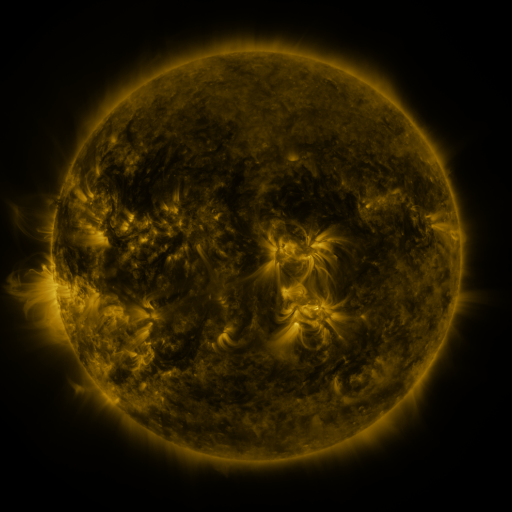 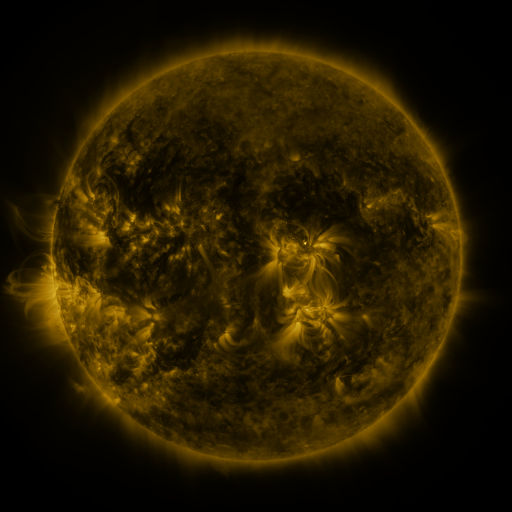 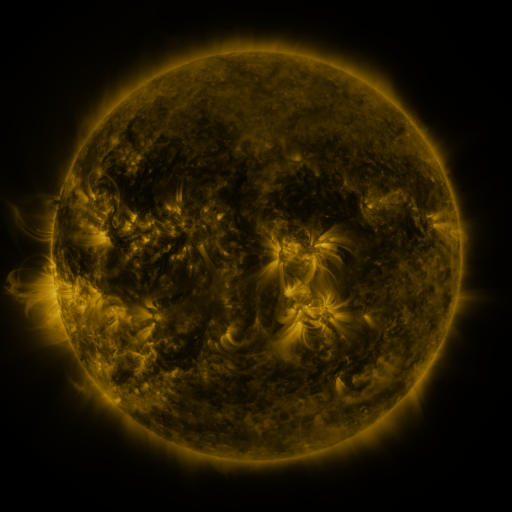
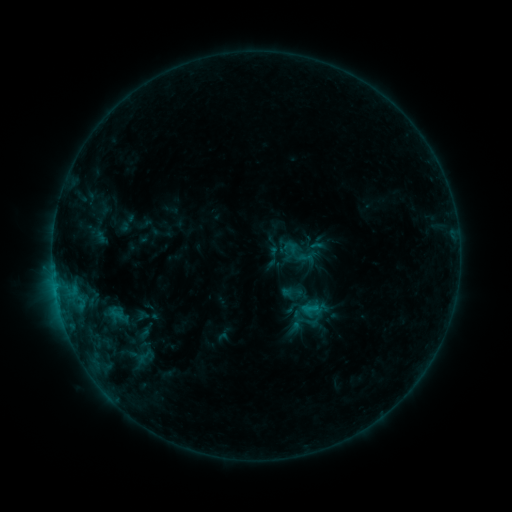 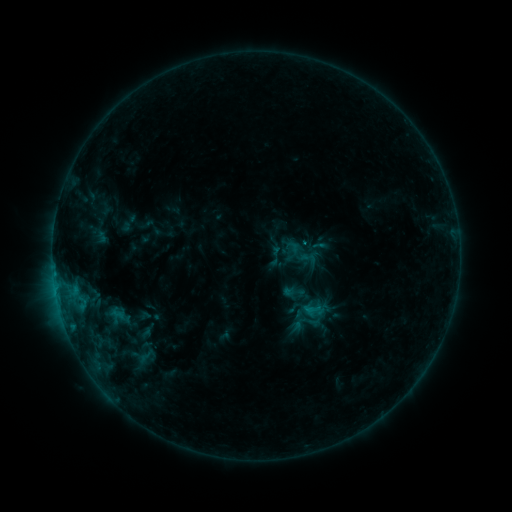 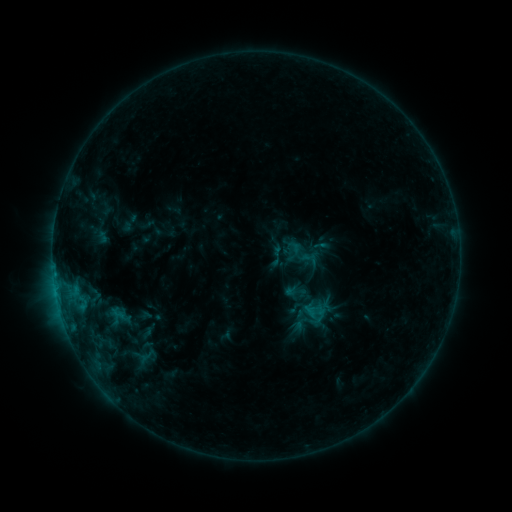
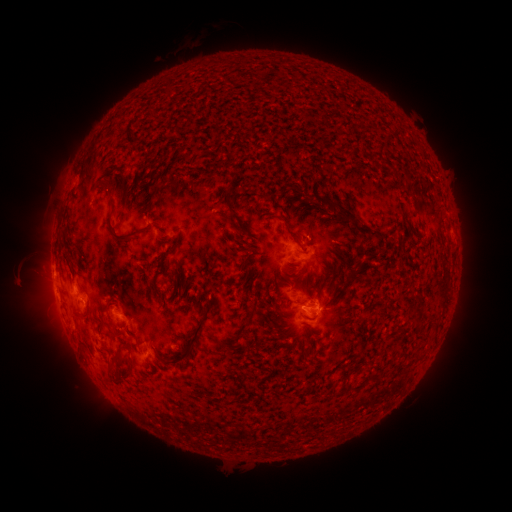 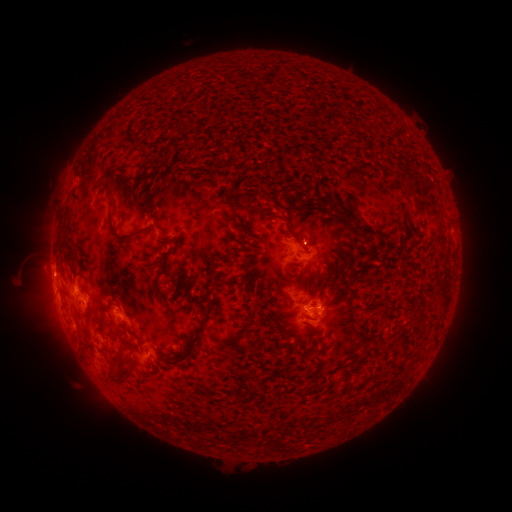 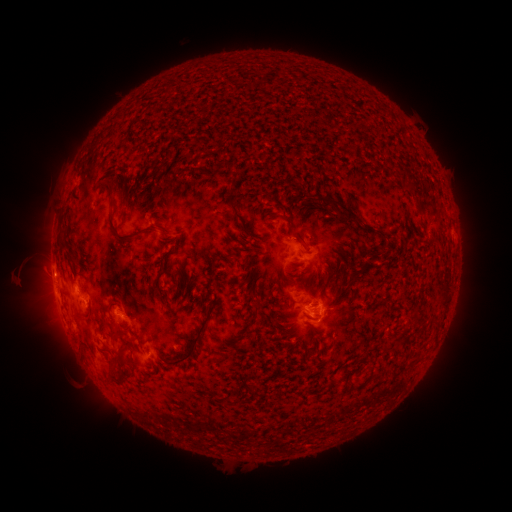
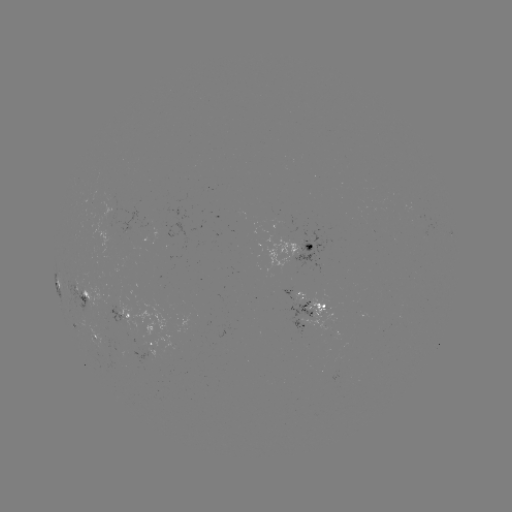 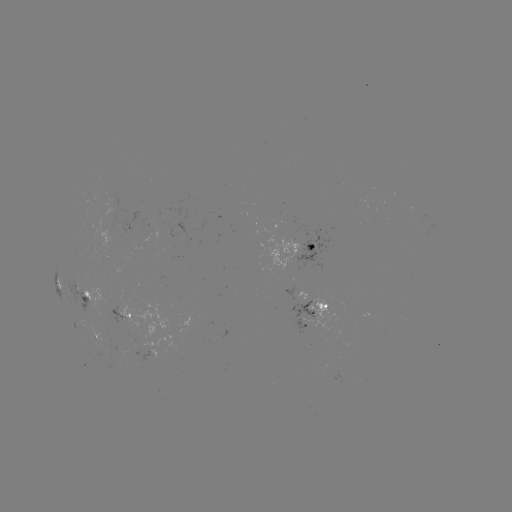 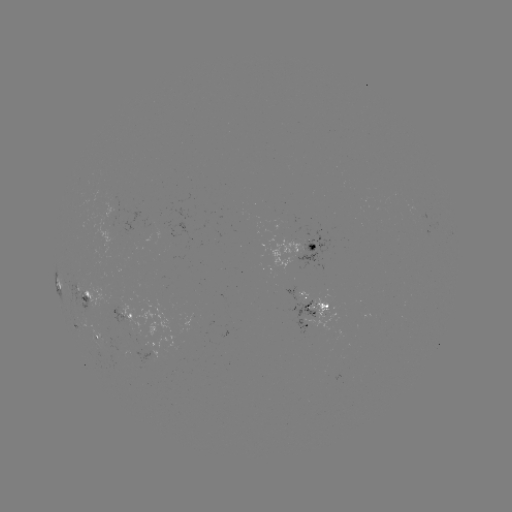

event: emerging-flux region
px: (112, 209)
